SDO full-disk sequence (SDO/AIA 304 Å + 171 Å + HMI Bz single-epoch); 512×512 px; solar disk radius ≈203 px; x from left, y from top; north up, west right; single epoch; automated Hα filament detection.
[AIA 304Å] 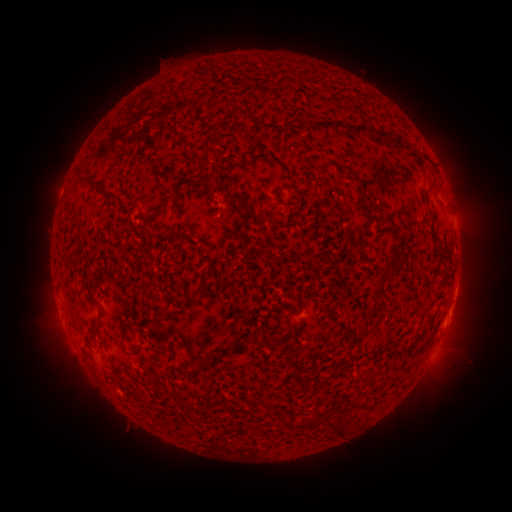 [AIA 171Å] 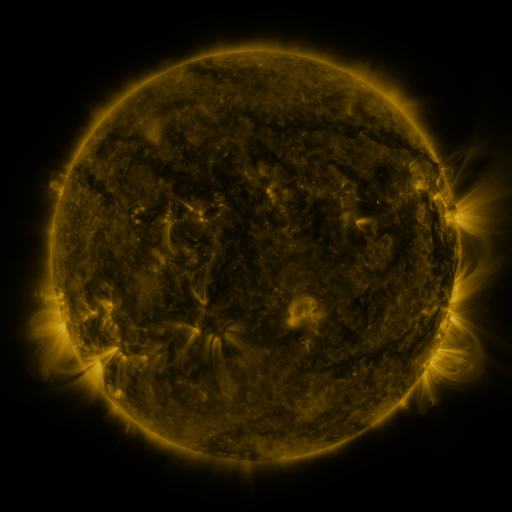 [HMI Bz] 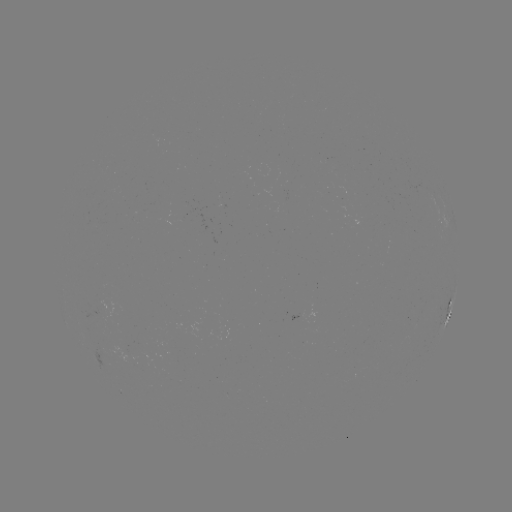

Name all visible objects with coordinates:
filament: <bbox>322, 121, 345, 132</bbox>
filament: <bbox>351, 124, 390, 144</bbox>
filament: <bbox>77, 172, 91, 182</bbox>
filament: <bbox>193, 173, 213, 186</bbox>
filament: <bbox>215, 181, 224, 190</bbox>
filament: <bbox>276, 185, 286, 199</bbox>
filament: <bbox>227, 191, 254, 214</bbox>
filament: <bbox>172, 196, 182, 214</bbox>
filament: <bbox>378, 271, 395, 287</bbox>
filament: <bbox>367, 306, 375, 317</bbox>
filament: <bbox>95, 310, 103, 320</bbox>
filament: <bbox>182, 341, 195, 365</bbox>
filament: <bbox>120, 343, 126, 352</bbox>
filament: <bbox>341, 362, 353, 371</bbox>
filament: <bbox>368, 371, 379, 380</bbox>
filament: <bbox>330, 422, 344, 437</bbox>
